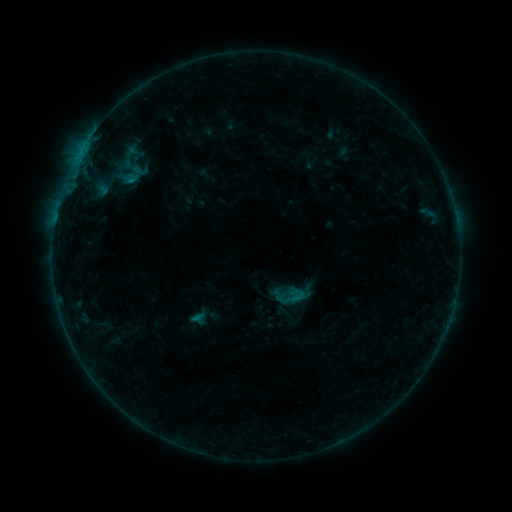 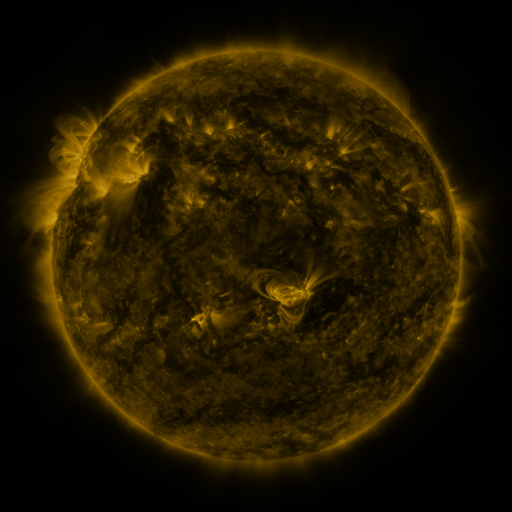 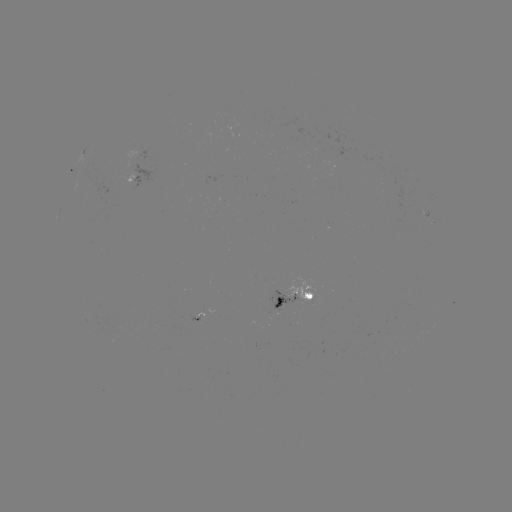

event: sigmoid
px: (291, 297)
